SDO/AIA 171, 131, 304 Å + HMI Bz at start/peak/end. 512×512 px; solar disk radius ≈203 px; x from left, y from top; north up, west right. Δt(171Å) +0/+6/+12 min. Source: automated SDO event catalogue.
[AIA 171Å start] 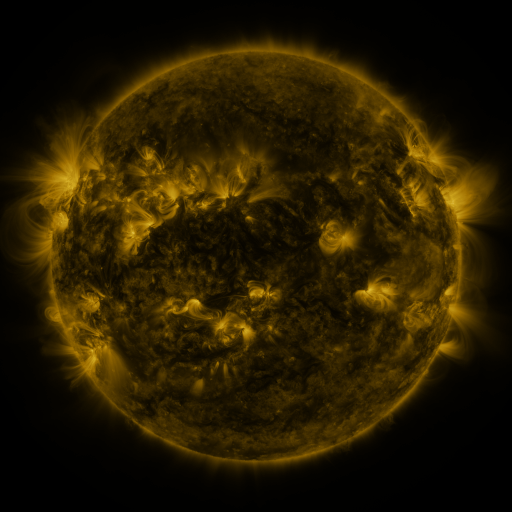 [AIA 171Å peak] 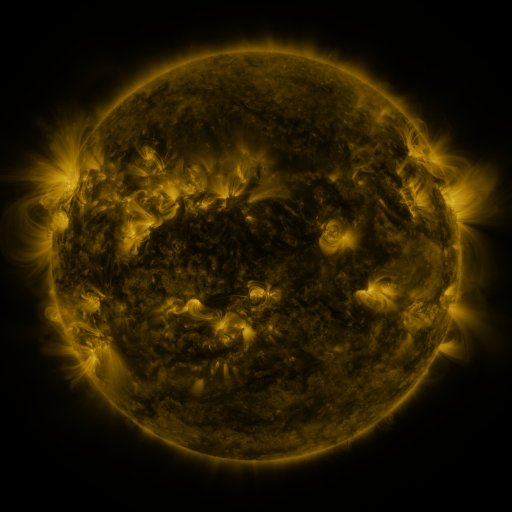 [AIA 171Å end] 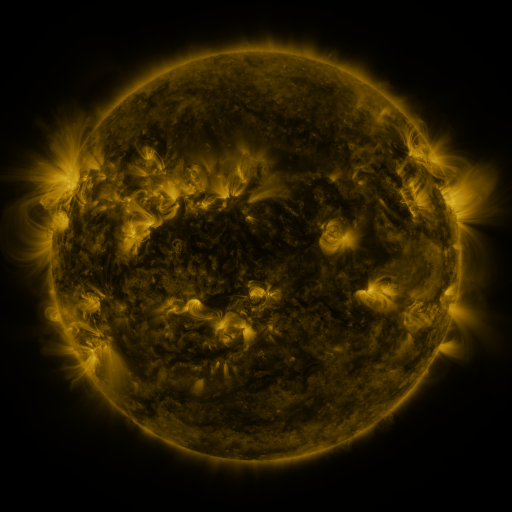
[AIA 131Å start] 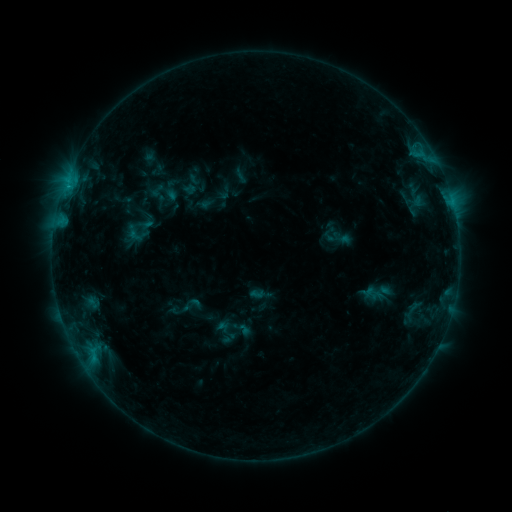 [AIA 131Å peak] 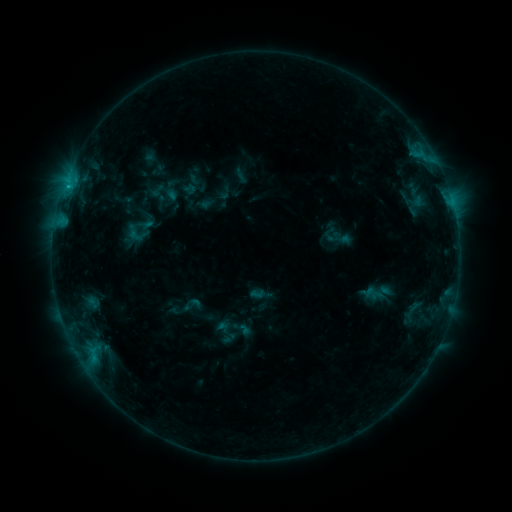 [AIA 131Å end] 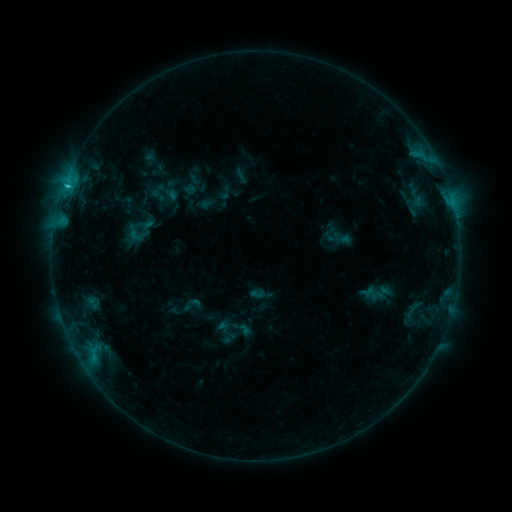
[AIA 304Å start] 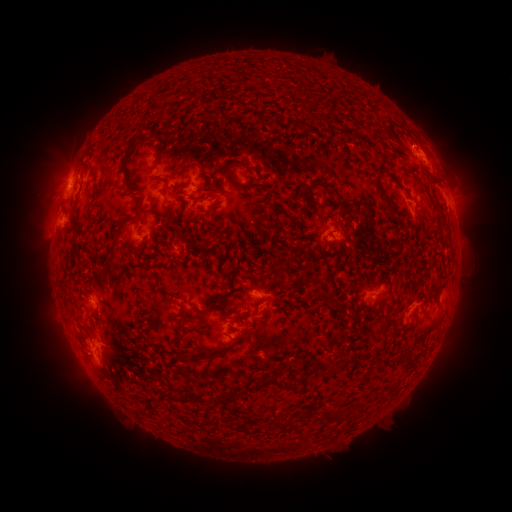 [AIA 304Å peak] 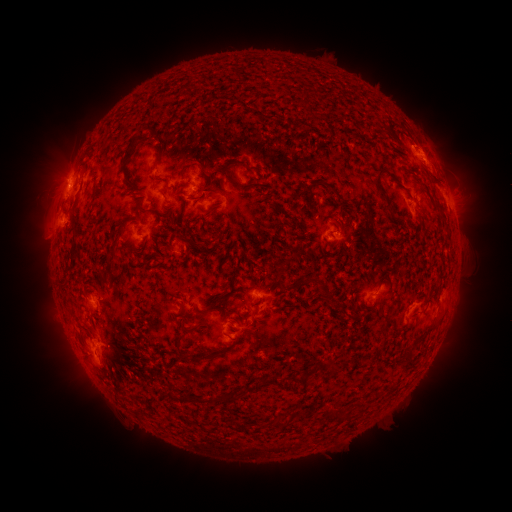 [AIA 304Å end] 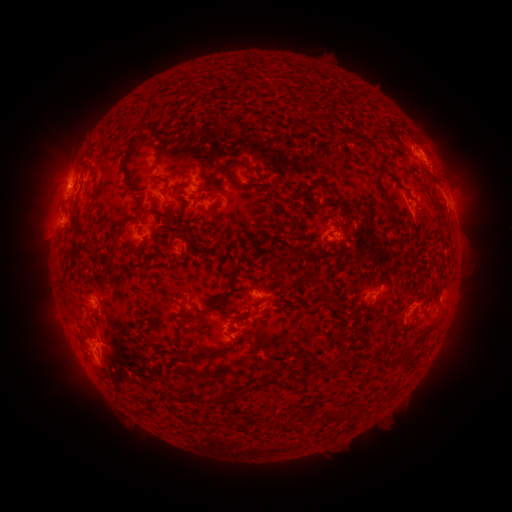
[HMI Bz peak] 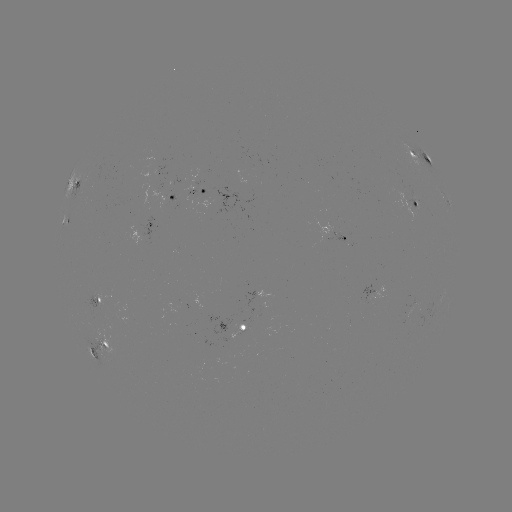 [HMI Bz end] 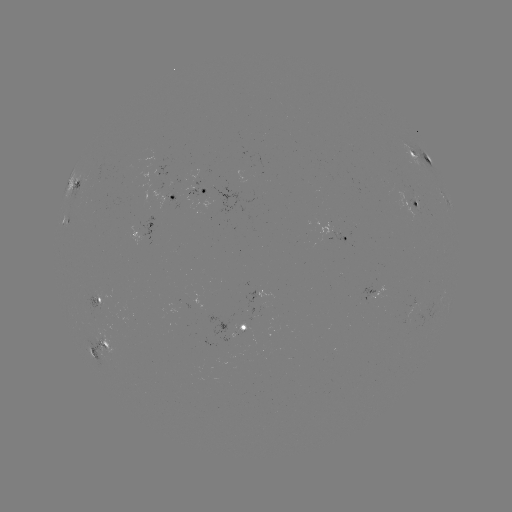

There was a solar flare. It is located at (69, 186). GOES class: C1.2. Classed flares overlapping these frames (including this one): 1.